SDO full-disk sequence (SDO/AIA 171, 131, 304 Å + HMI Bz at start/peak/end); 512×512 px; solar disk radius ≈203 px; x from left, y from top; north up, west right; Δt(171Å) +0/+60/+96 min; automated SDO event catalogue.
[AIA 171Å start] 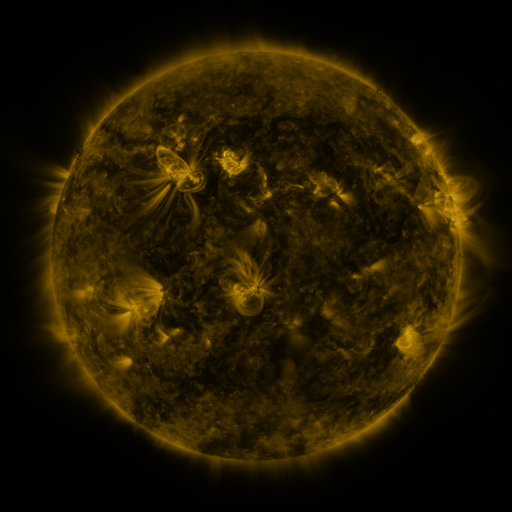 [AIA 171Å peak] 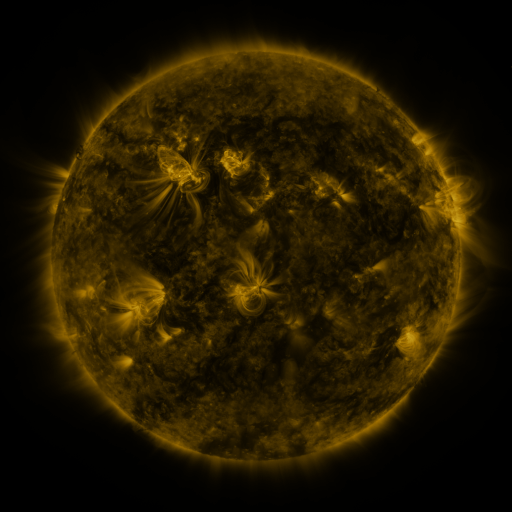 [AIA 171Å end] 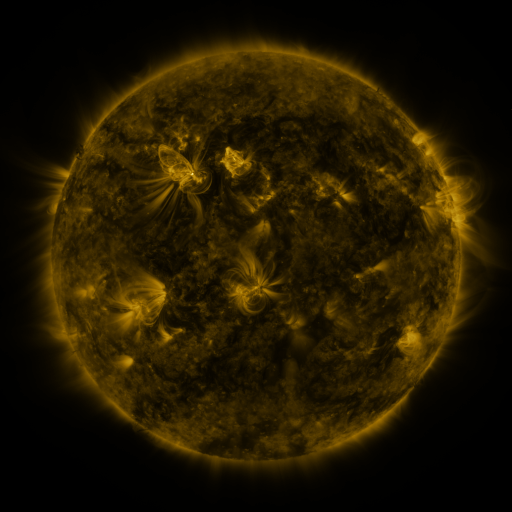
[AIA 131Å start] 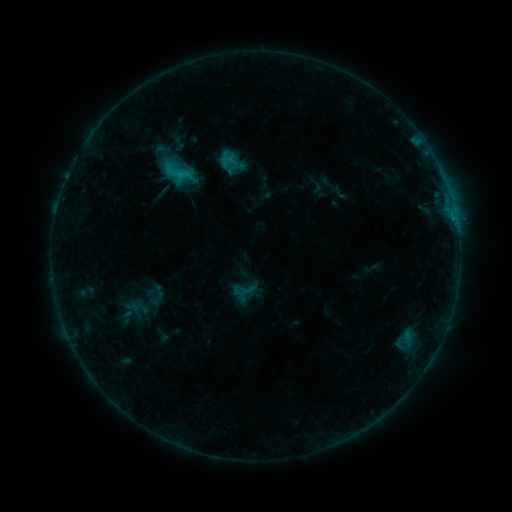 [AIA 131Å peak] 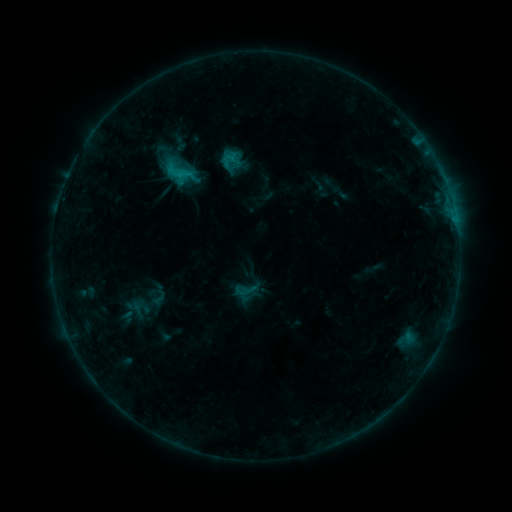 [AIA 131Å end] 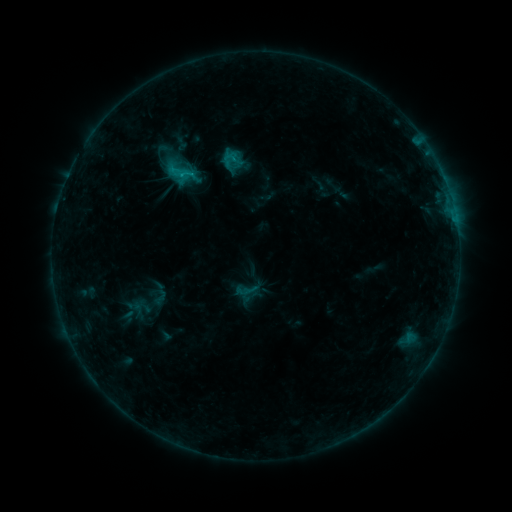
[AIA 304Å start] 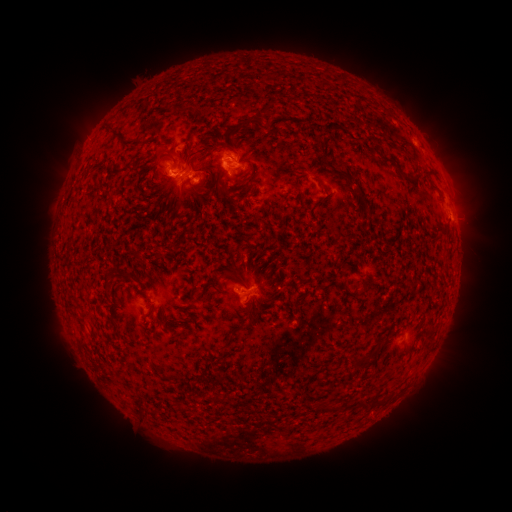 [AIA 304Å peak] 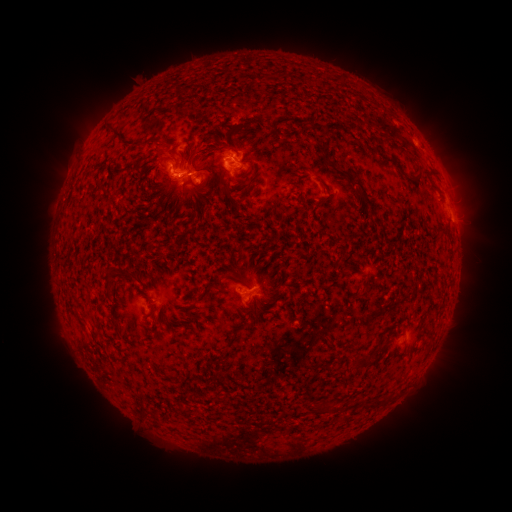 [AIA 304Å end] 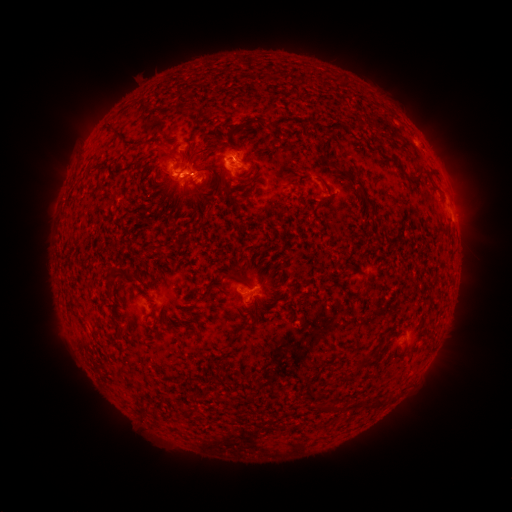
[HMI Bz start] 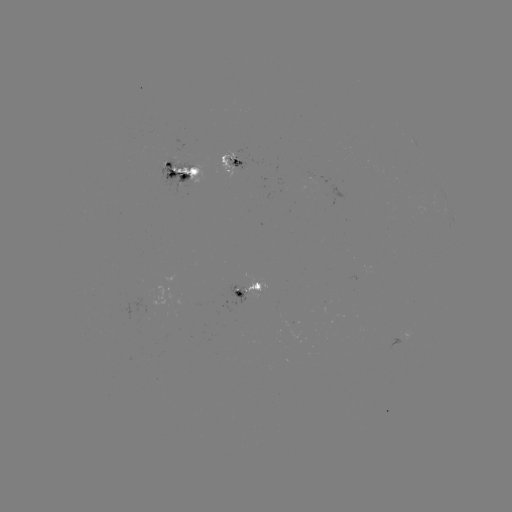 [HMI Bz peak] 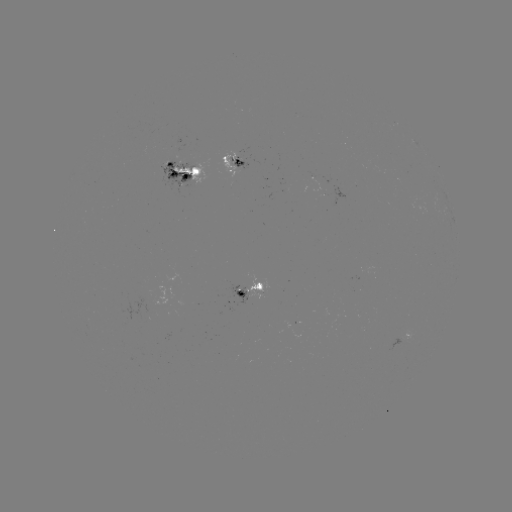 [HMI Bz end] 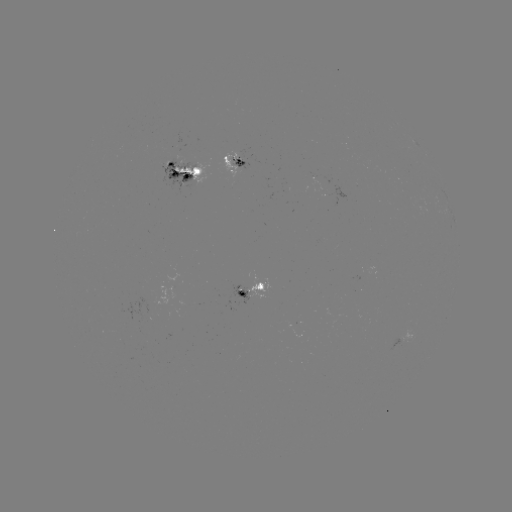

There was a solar emerging-flux region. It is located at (144, 298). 